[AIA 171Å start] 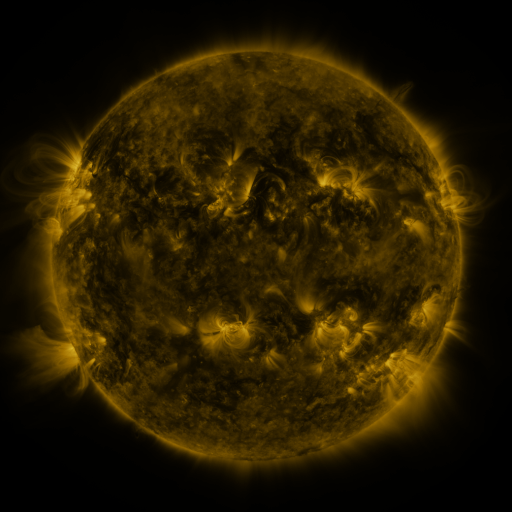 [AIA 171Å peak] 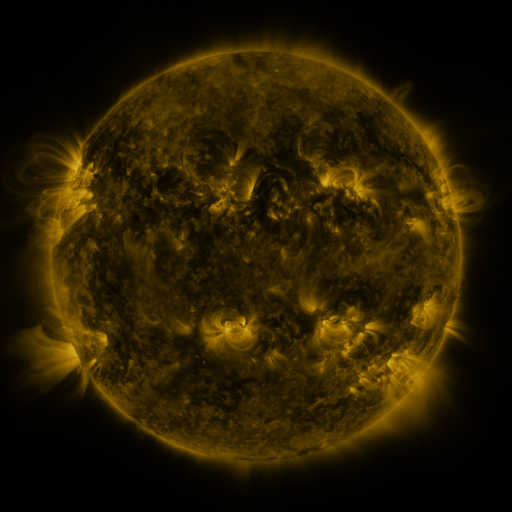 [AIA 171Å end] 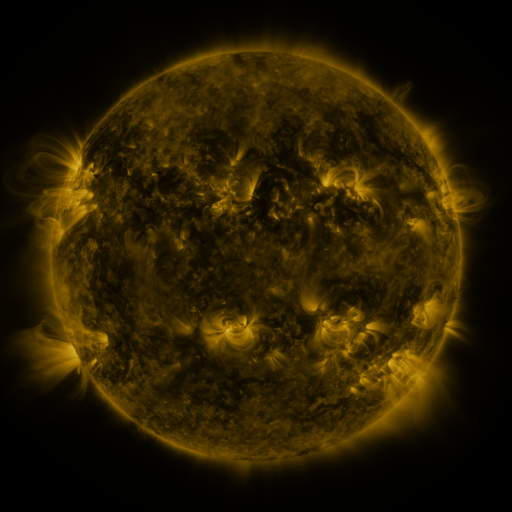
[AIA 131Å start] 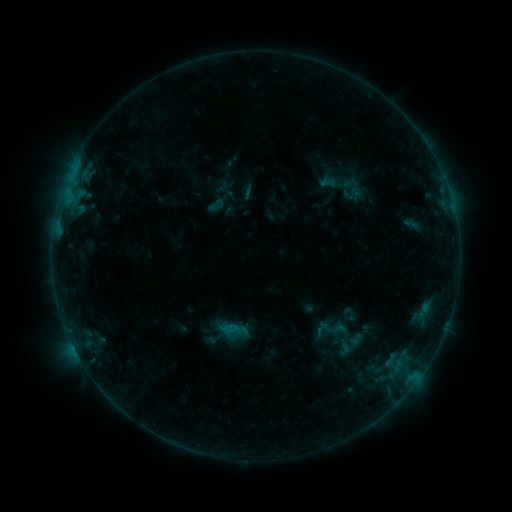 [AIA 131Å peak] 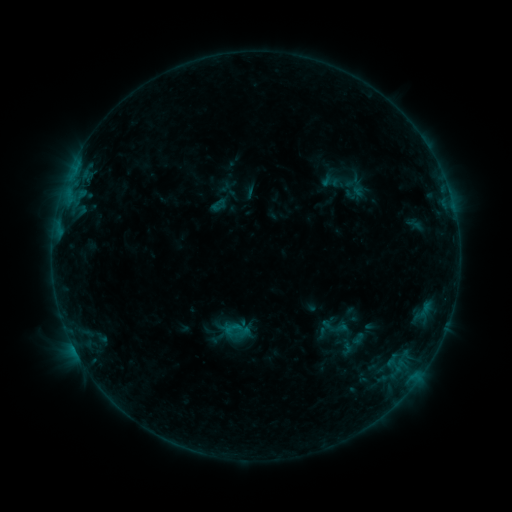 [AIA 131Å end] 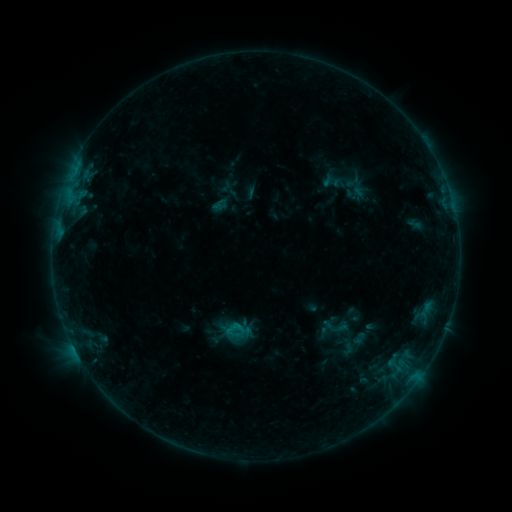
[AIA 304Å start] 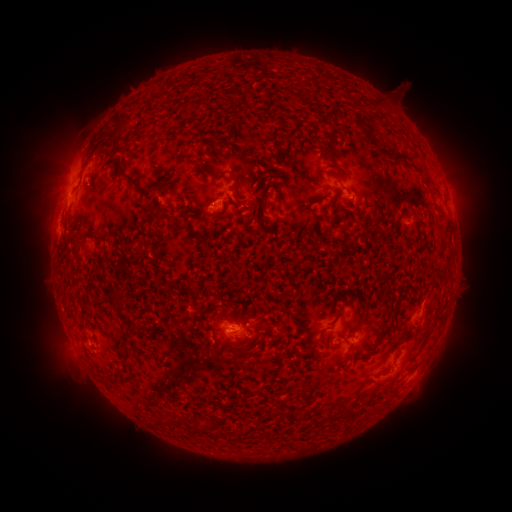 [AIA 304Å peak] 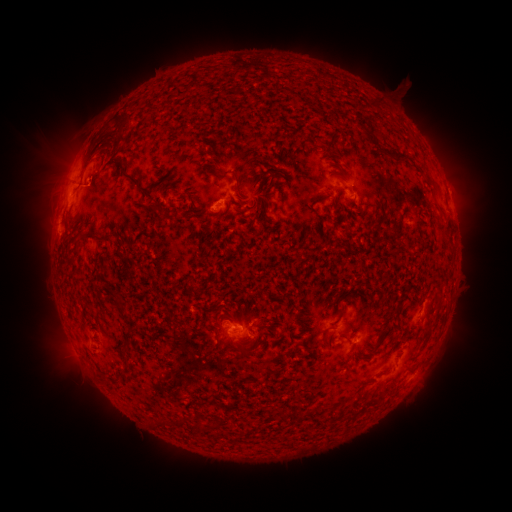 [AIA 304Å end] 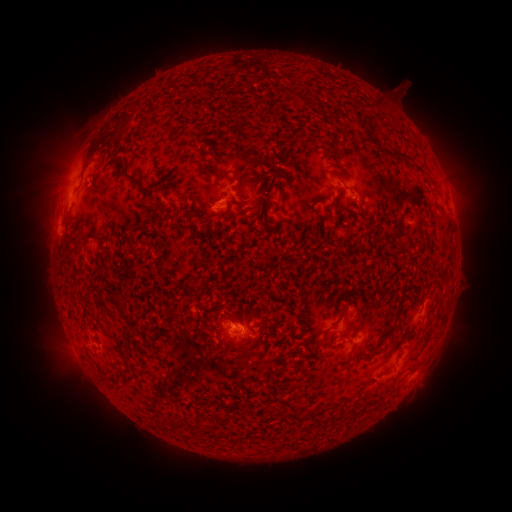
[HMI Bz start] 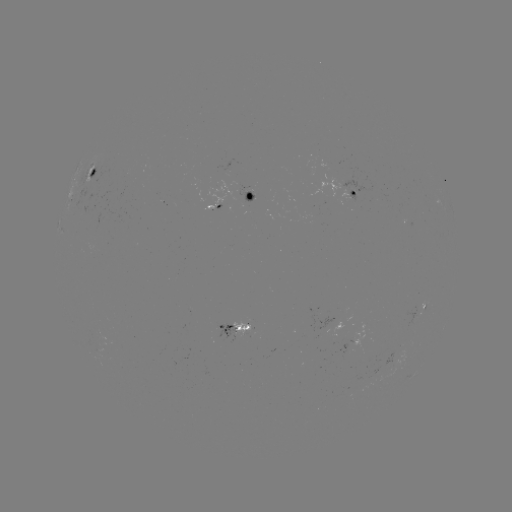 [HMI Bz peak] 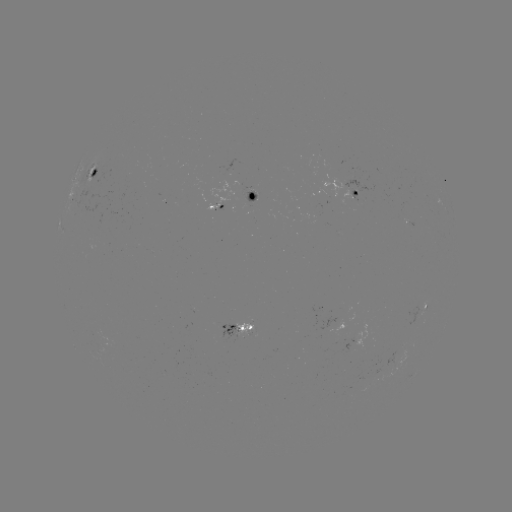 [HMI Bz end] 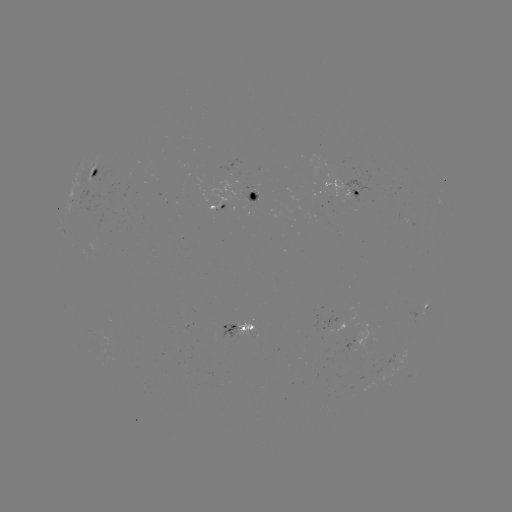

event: emerging-flux region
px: (394, 359)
